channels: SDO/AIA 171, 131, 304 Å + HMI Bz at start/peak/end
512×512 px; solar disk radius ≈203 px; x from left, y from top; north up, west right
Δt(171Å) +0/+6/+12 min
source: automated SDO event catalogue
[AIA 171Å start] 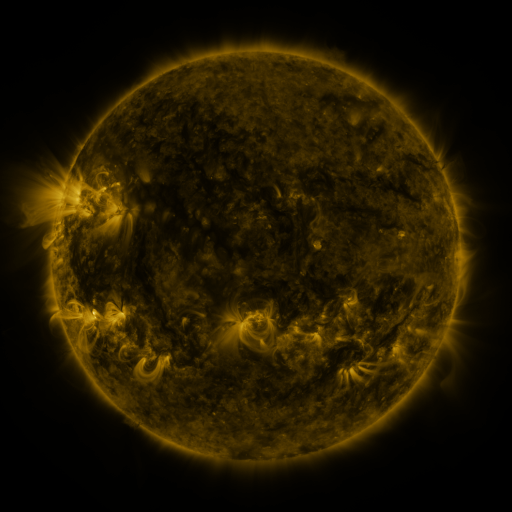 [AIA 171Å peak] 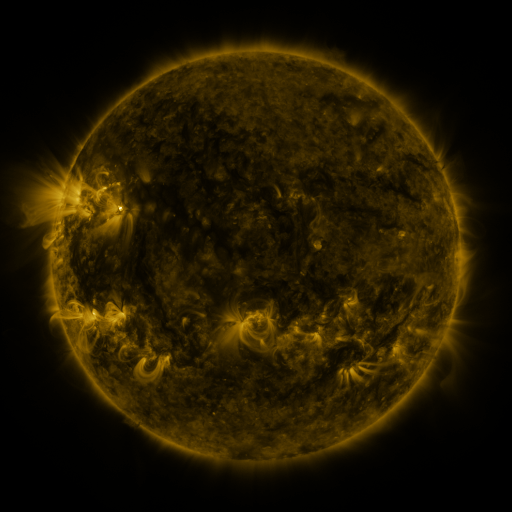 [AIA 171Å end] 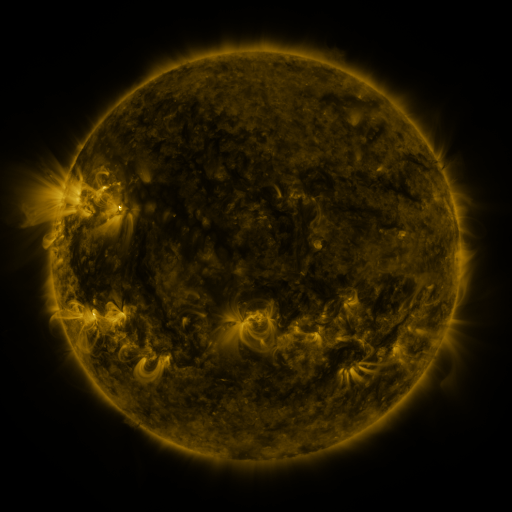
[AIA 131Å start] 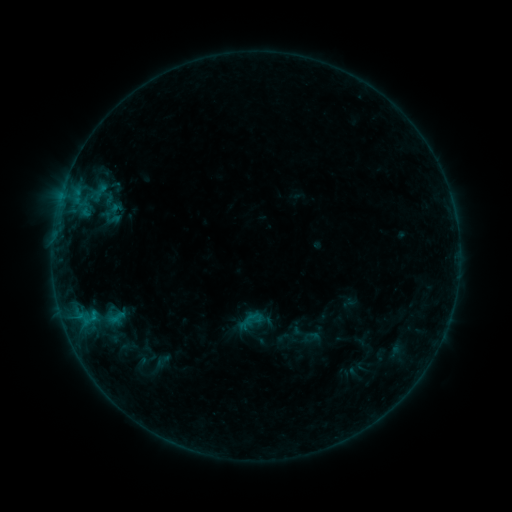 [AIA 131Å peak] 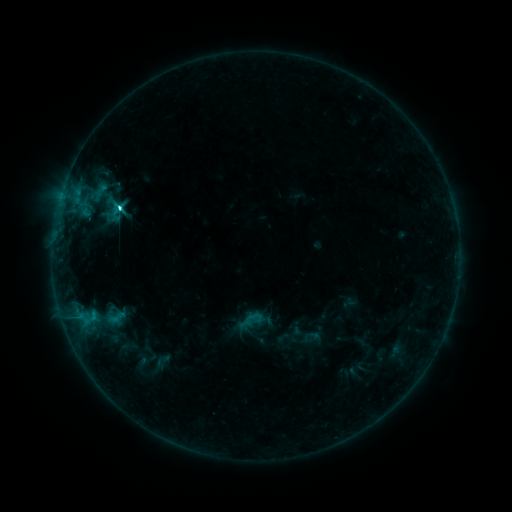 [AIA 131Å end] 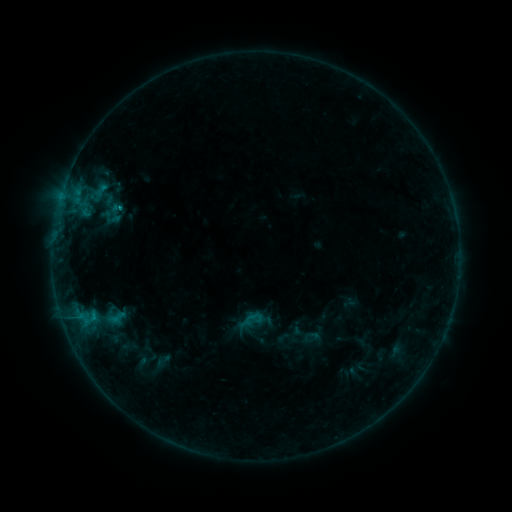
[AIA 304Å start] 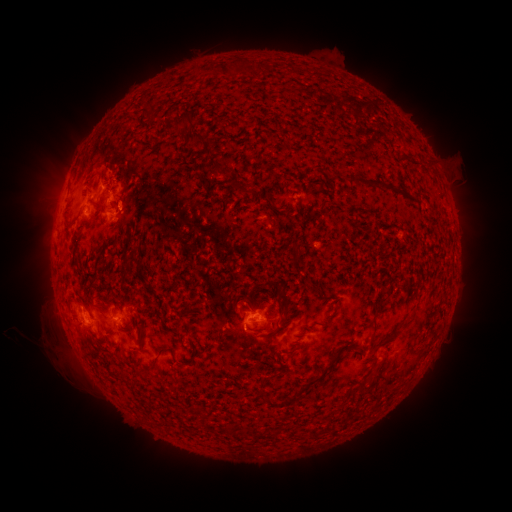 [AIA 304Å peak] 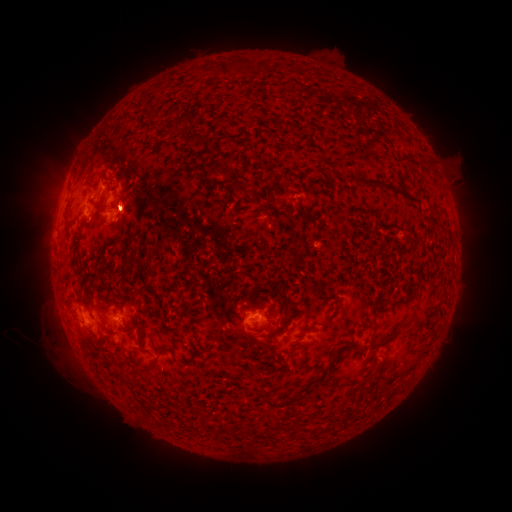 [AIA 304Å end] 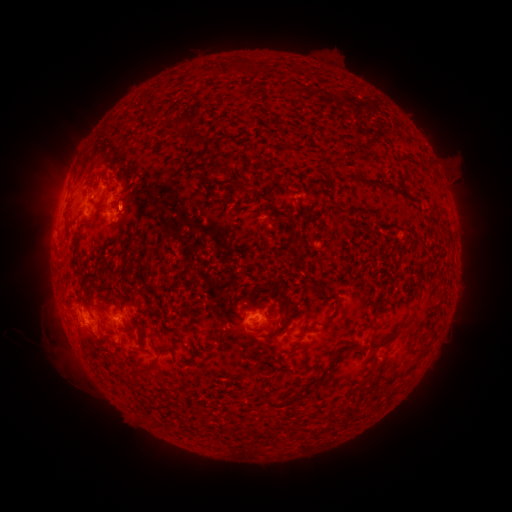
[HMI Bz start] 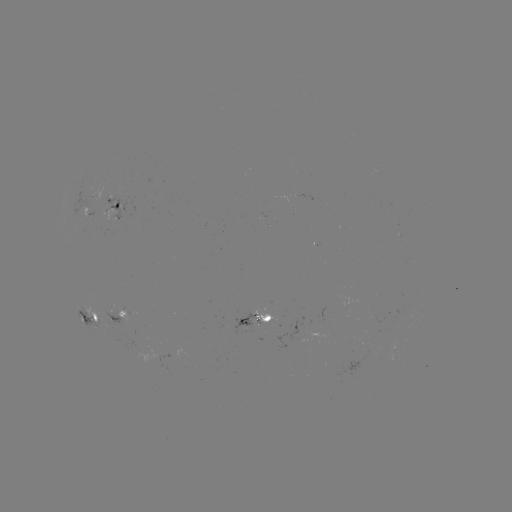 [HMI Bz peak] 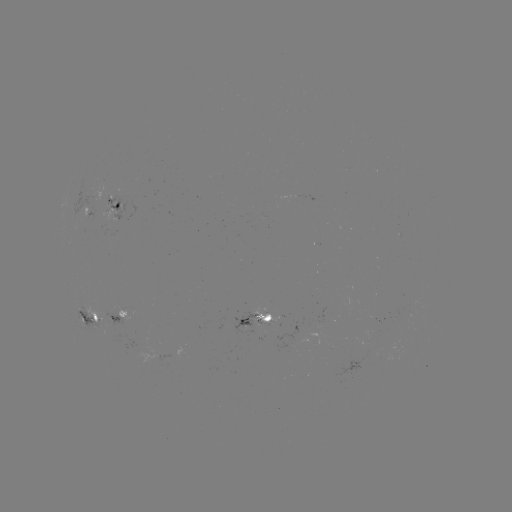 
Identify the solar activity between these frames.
C3.4 flare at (121, 209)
